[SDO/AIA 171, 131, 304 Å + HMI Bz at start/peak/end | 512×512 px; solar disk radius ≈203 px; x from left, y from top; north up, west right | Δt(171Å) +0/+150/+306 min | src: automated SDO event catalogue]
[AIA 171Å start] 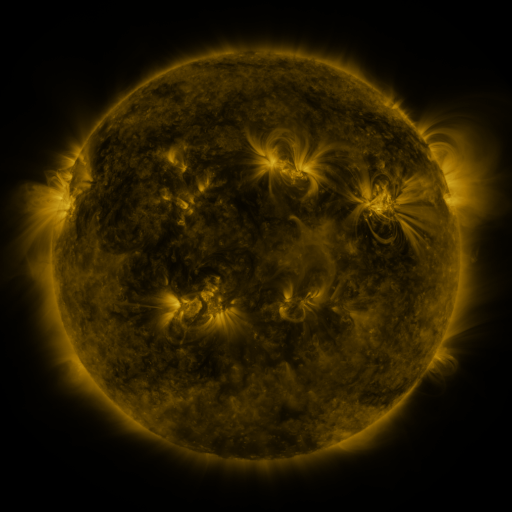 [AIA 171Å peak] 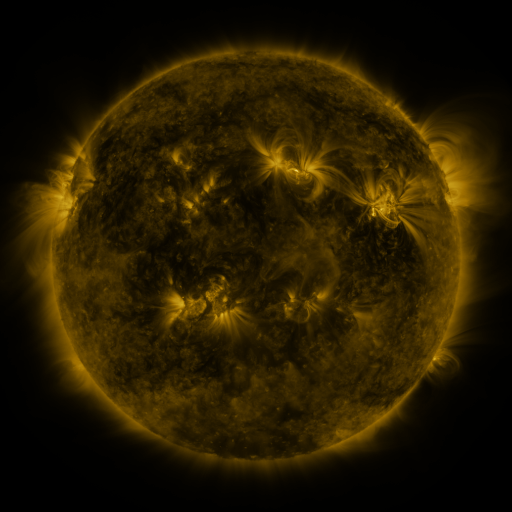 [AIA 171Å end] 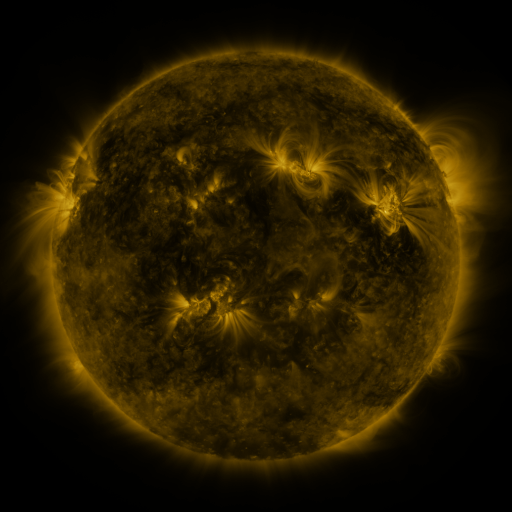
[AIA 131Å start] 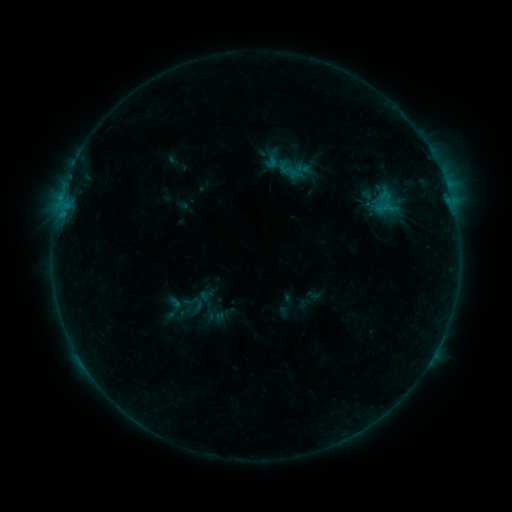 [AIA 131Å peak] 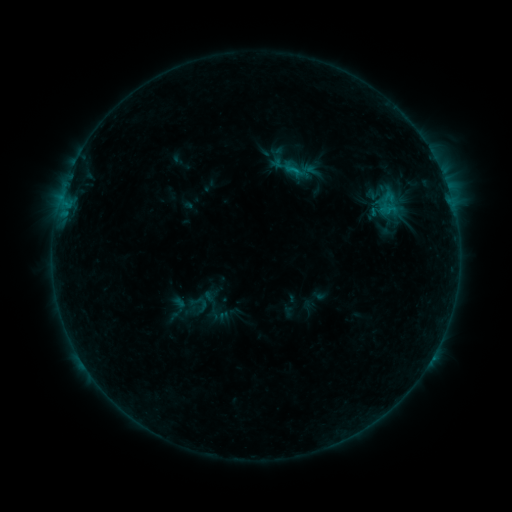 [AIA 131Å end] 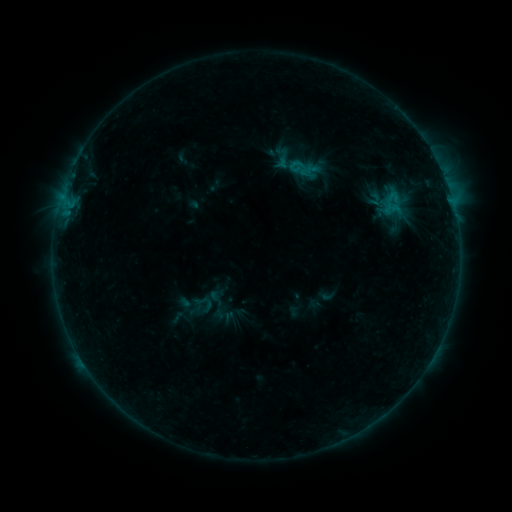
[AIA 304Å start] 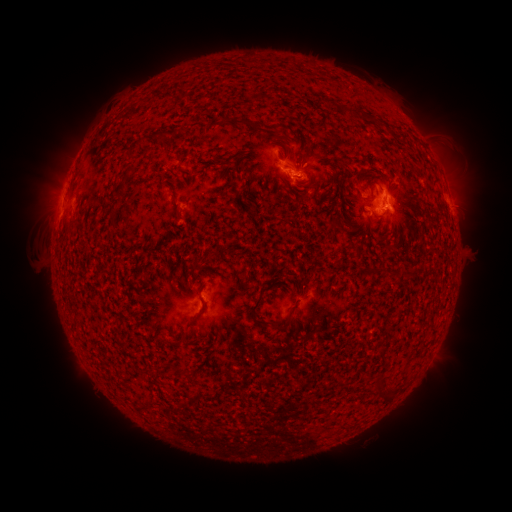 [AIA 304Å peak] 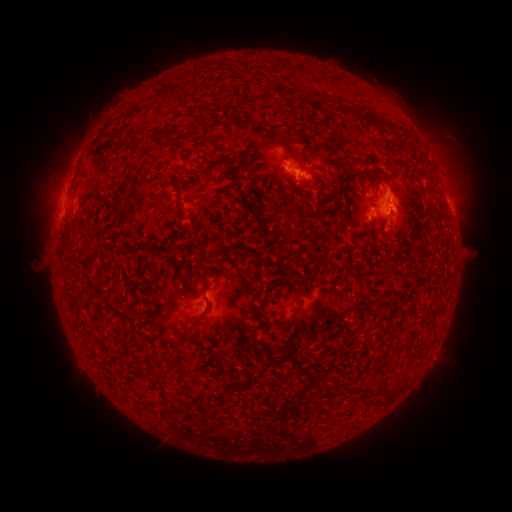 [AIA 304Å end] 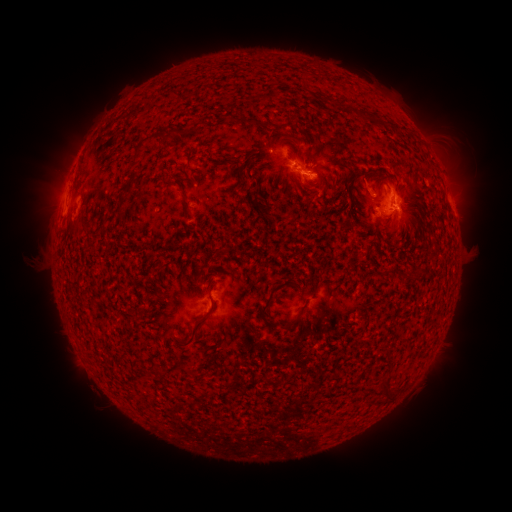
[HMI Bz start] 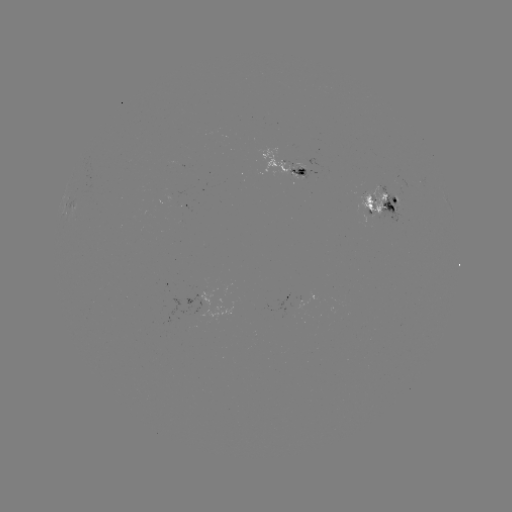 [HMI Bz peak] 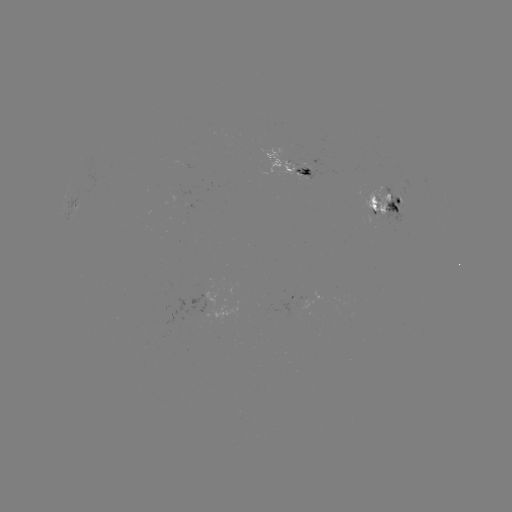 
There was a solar emerging-flux region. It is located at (379, 201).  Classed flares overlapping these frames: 1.